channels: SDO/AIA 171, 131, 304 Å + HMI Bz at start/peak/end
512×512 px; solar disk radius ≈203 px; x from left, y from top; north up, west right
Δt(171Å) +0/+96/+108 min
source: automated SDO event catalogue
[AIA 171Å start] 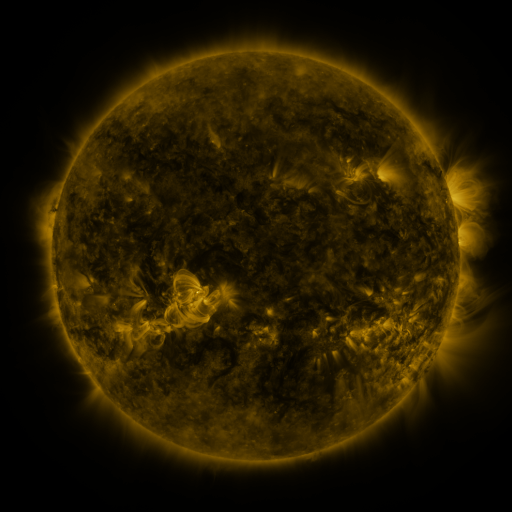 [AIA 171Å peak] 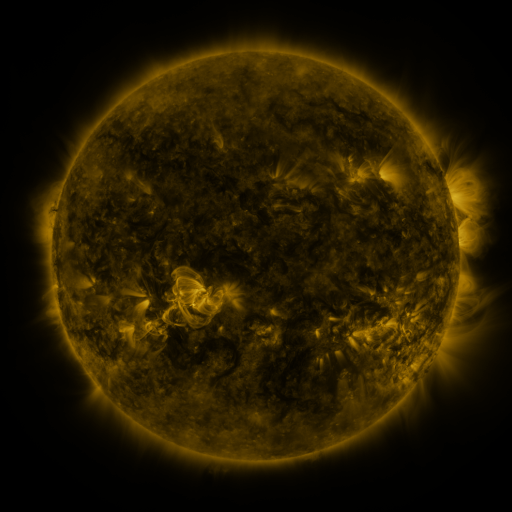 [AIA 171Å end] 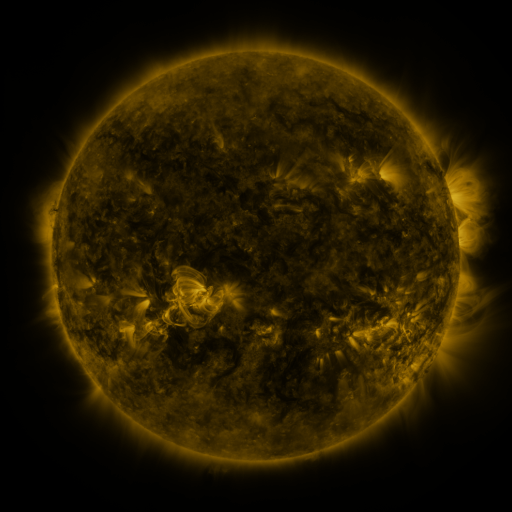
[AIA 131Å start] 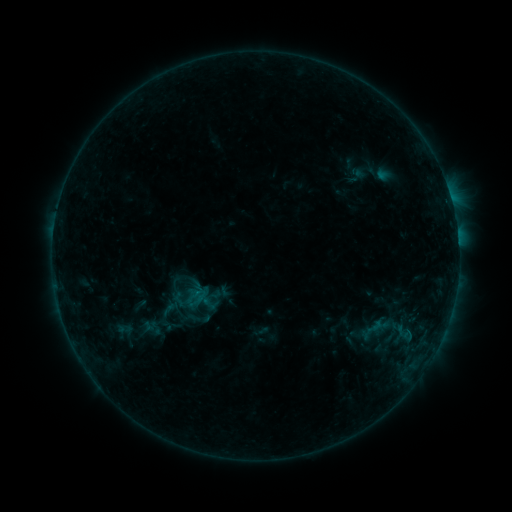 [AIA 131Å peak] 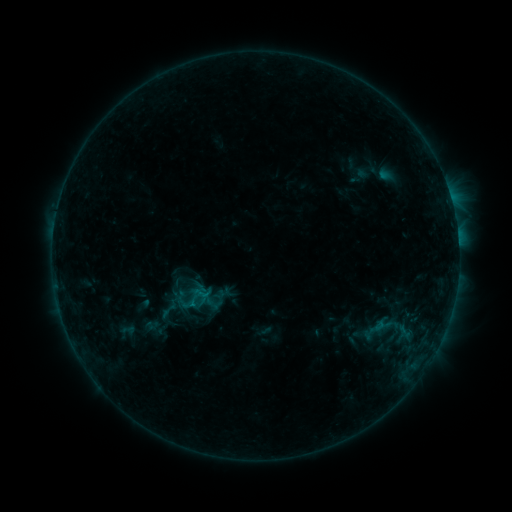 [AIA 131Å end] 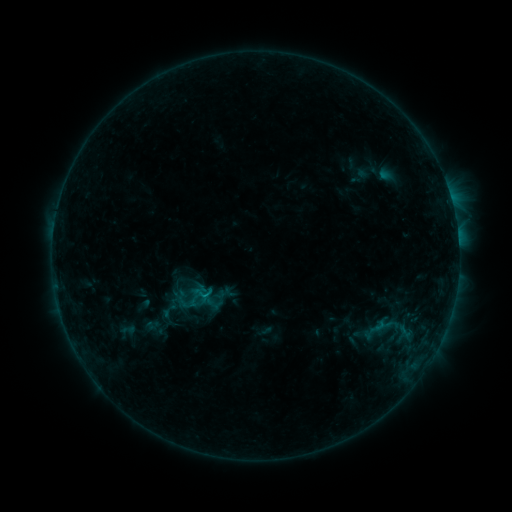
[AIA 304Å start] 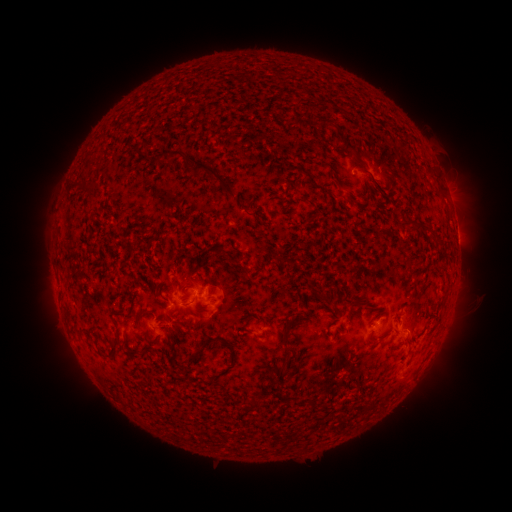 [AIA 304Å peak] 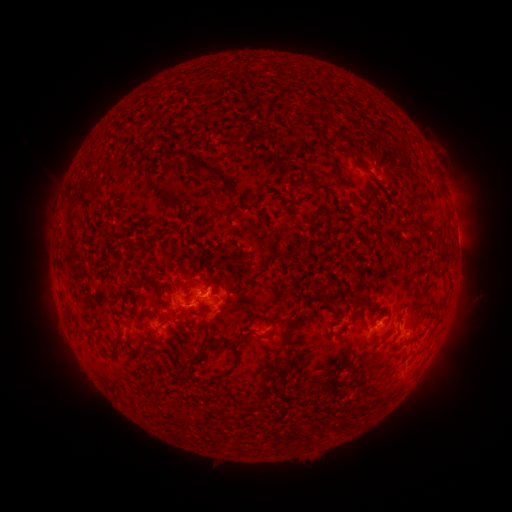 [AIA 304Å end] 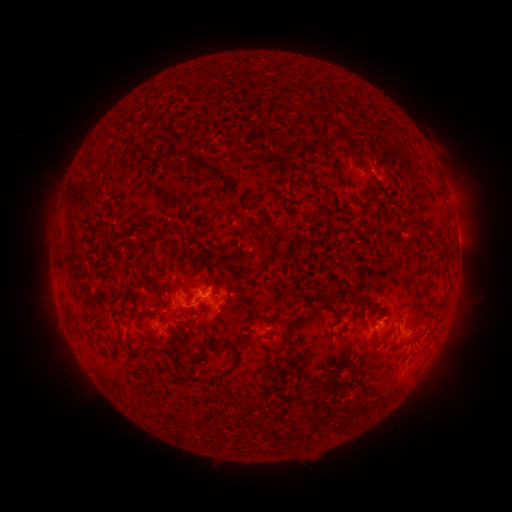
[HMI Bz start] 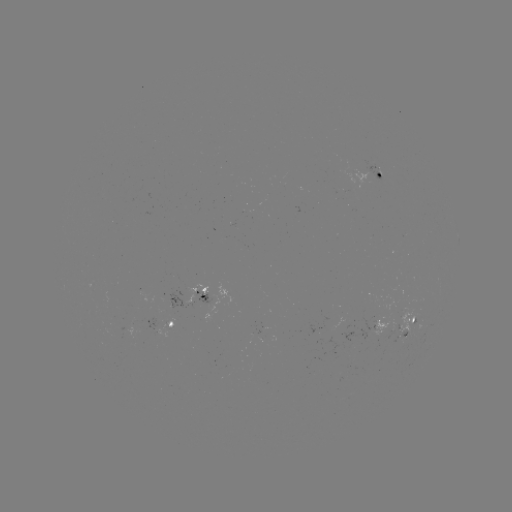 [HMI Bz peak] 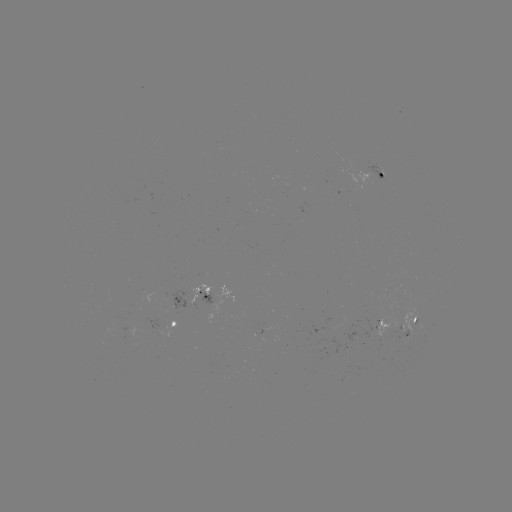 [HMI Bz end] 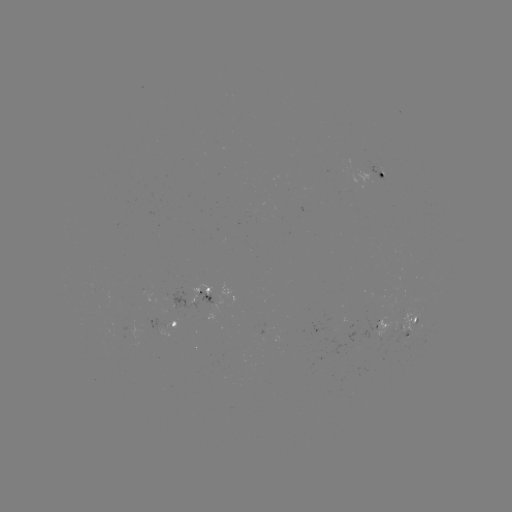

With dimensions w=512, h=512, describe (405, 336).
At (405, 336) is emerging-flux region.